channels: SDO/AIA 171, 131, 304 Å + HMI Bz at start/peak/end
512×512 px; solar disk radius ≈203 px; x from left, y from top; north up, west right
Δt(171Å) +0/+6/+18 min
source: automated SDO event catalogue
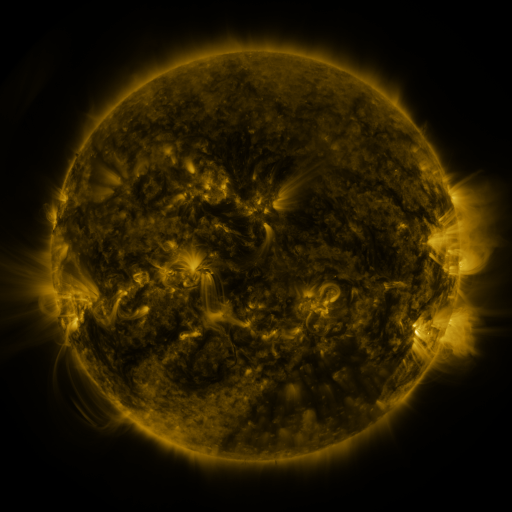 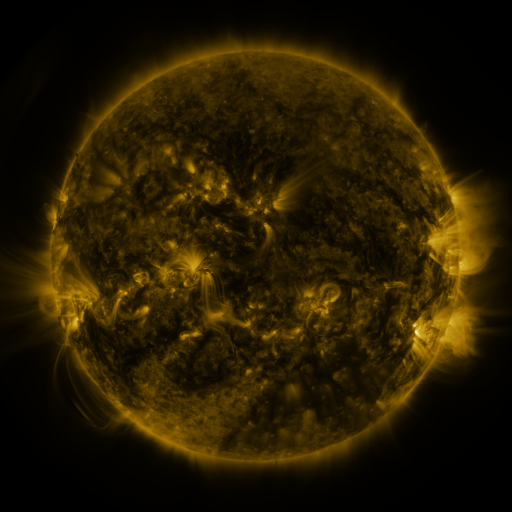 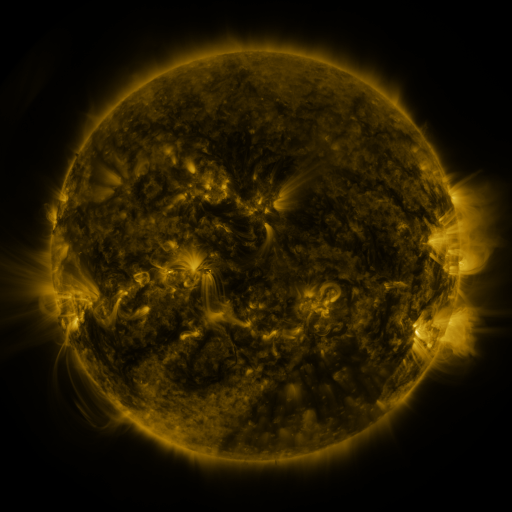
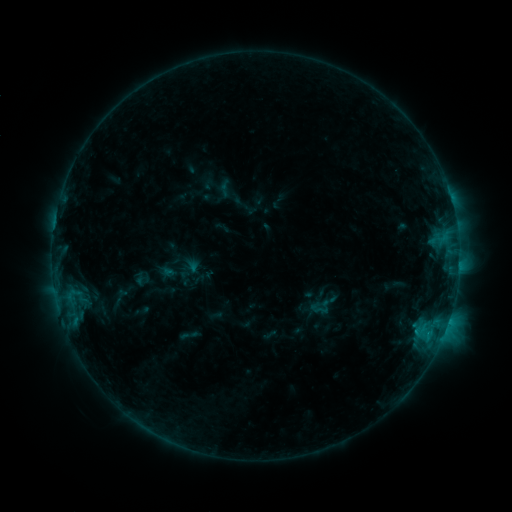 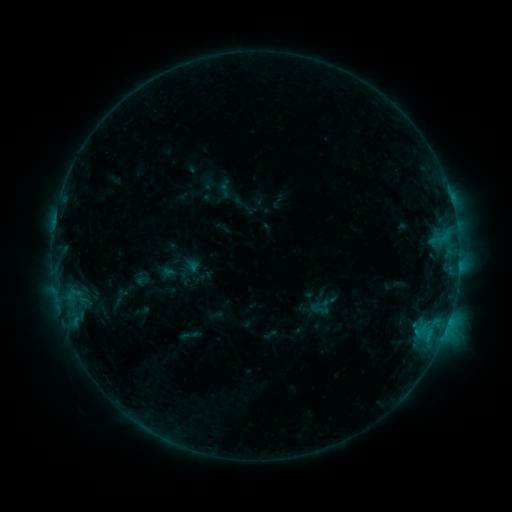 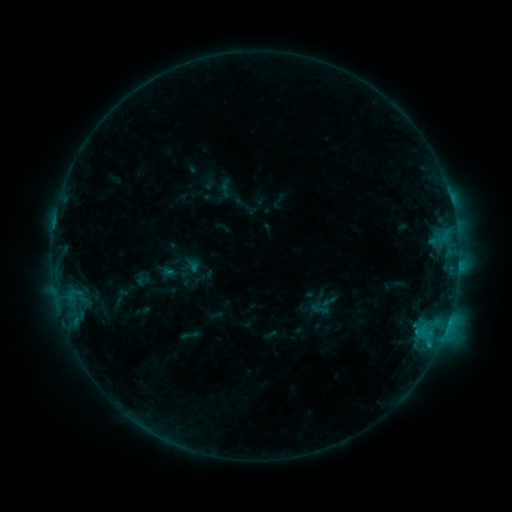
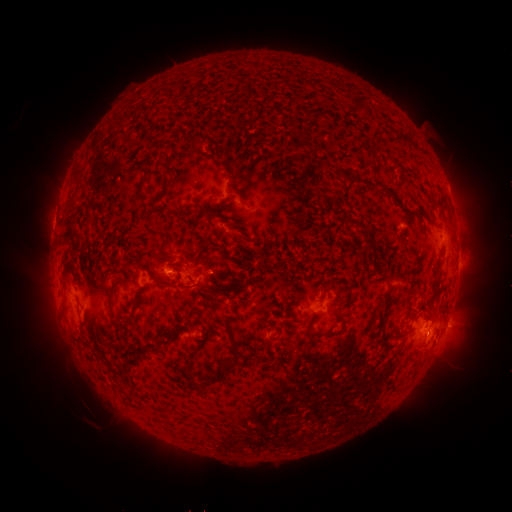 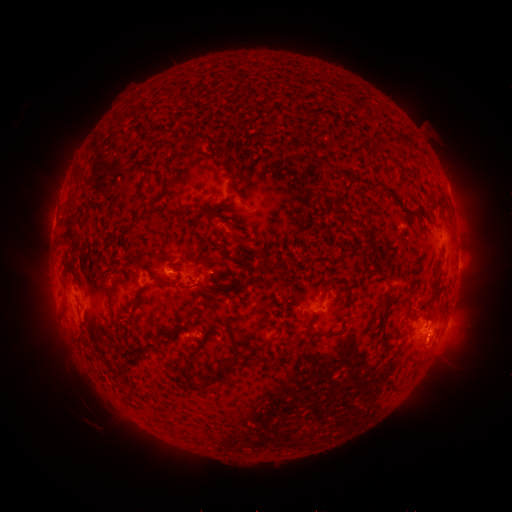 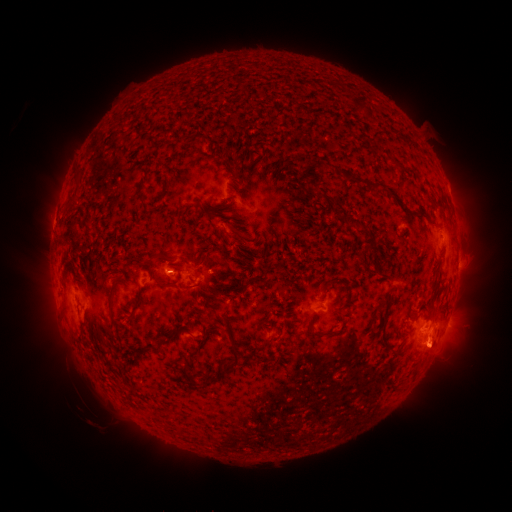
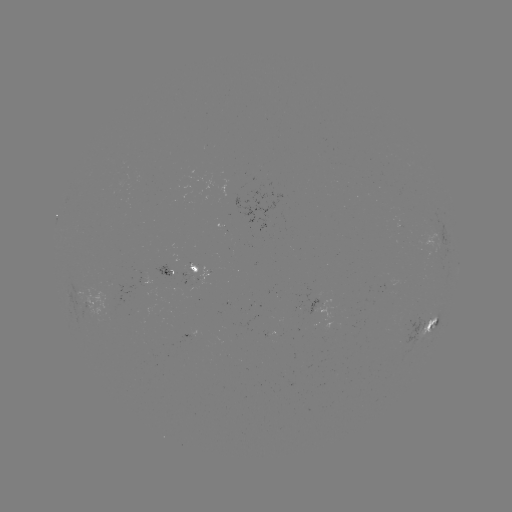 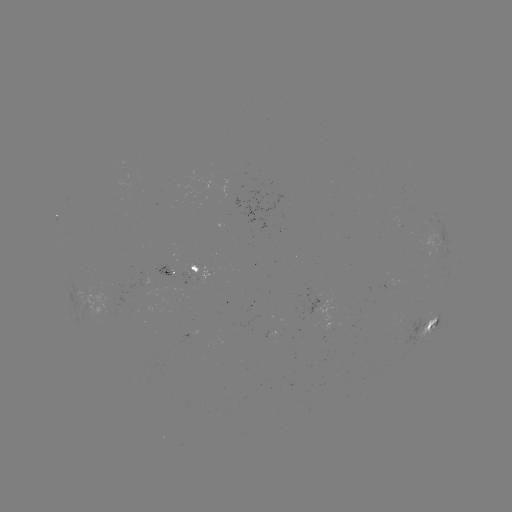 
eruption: [404, 326, 465, 383]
